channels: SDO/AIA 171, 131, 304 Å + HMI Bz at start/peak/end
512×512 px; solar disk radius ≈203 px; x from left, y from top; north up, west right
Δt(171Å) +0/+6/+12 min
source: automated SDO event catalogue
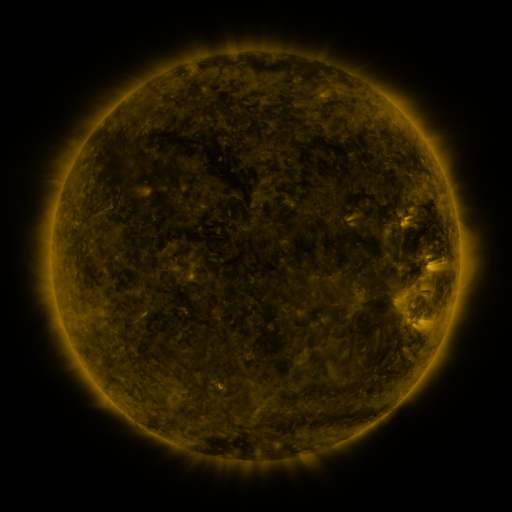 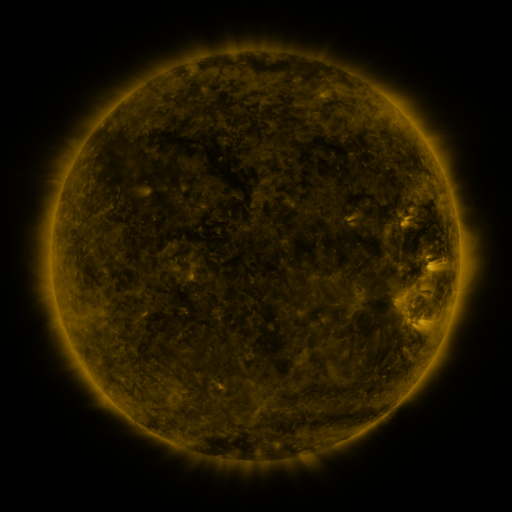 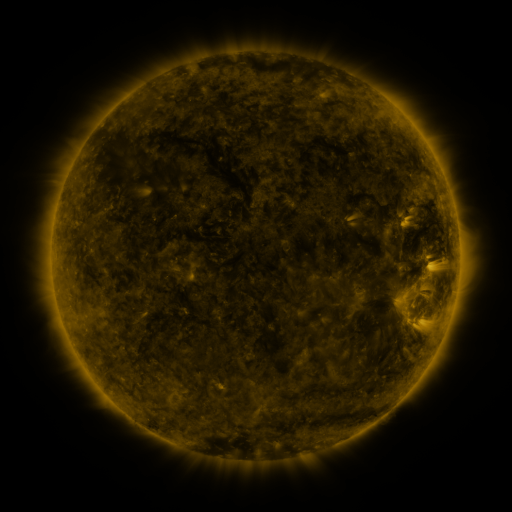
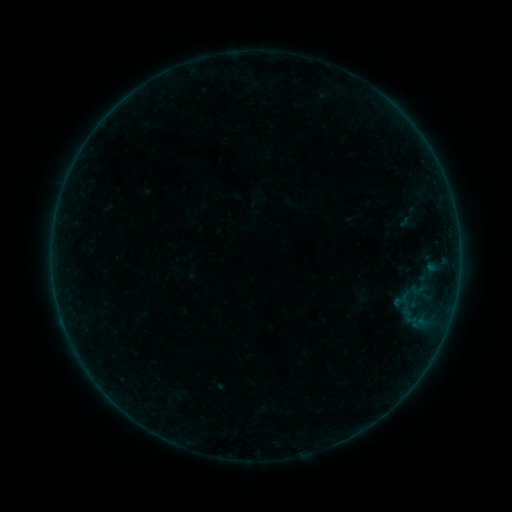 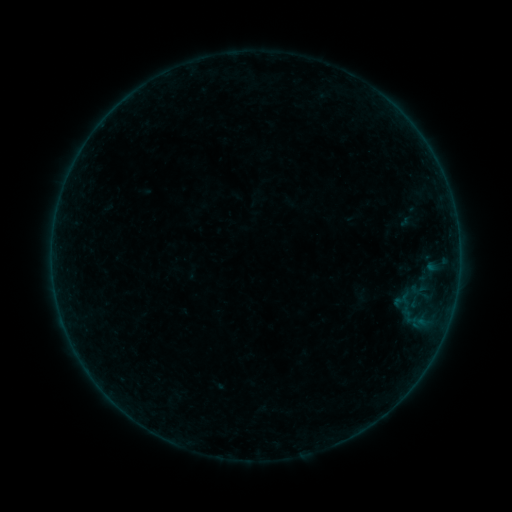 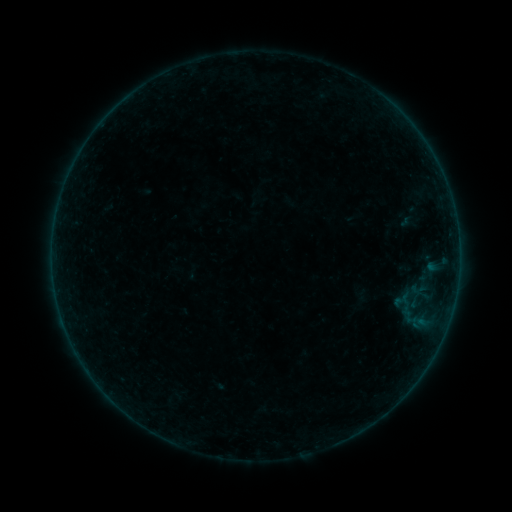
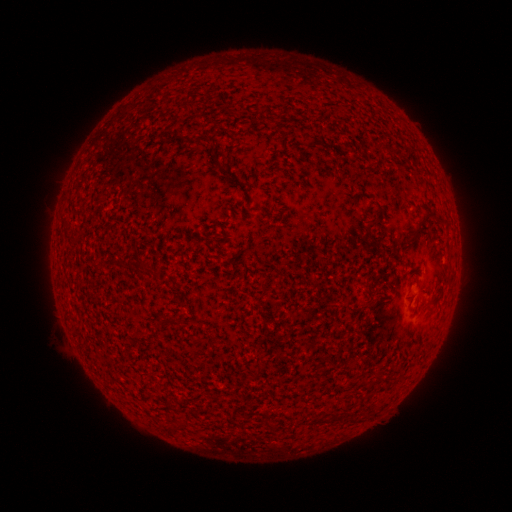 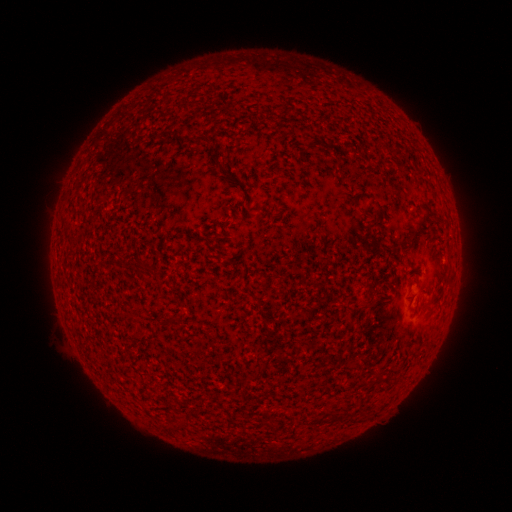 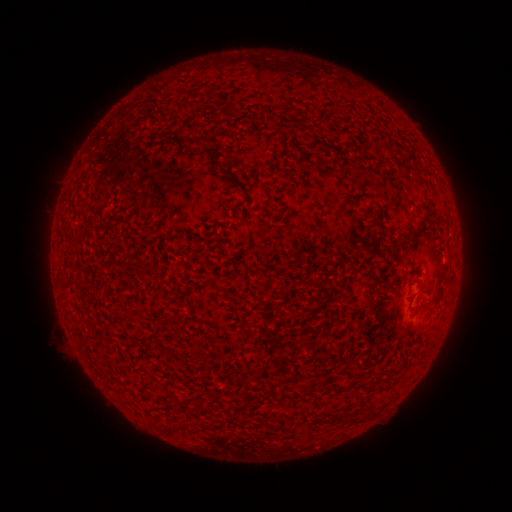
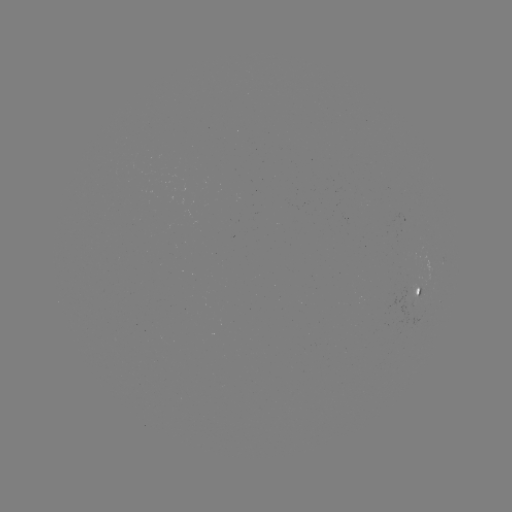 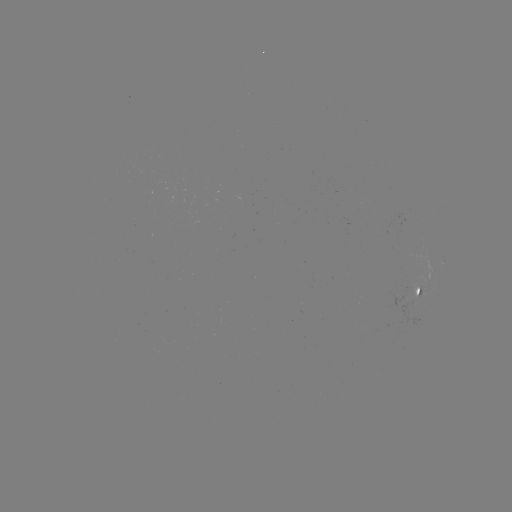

nothing was catalogued: no classed flare, no EUV trigger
